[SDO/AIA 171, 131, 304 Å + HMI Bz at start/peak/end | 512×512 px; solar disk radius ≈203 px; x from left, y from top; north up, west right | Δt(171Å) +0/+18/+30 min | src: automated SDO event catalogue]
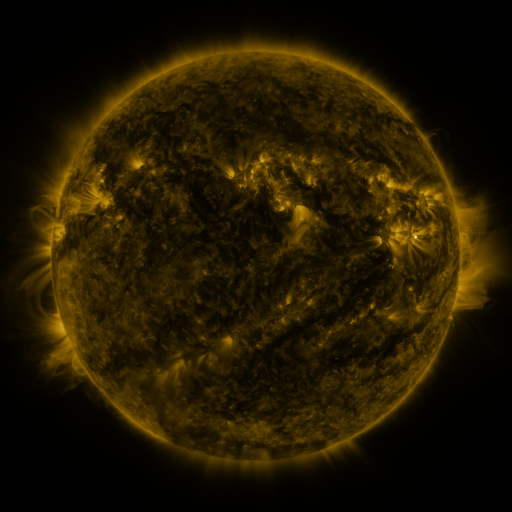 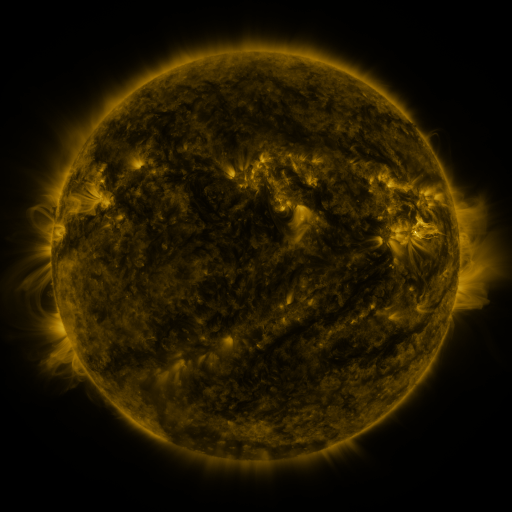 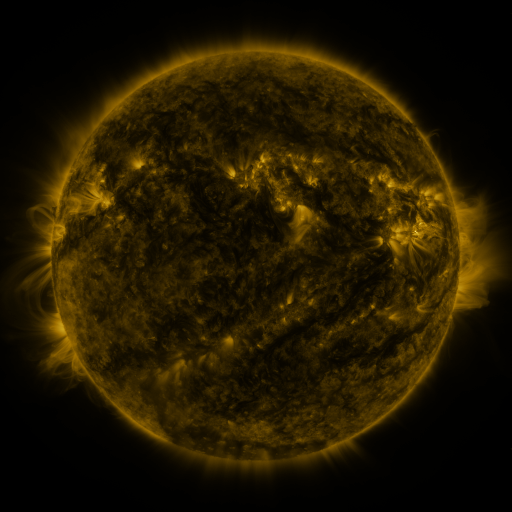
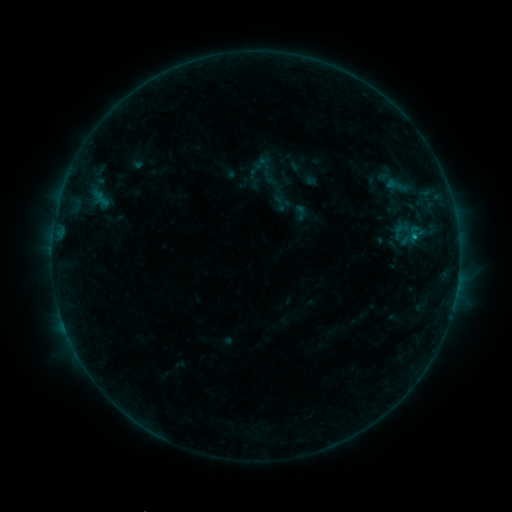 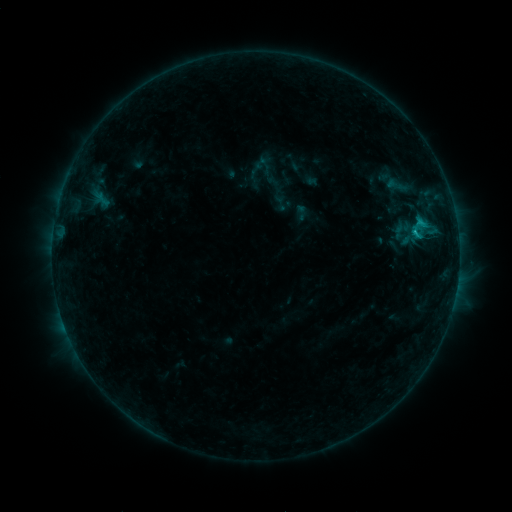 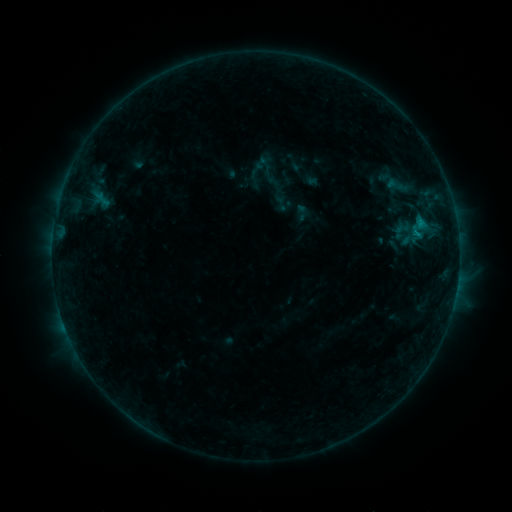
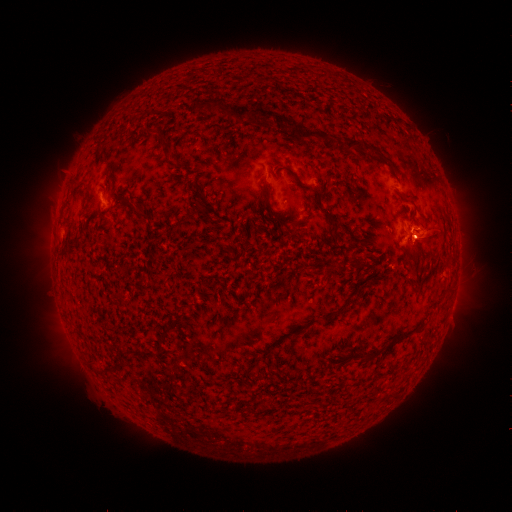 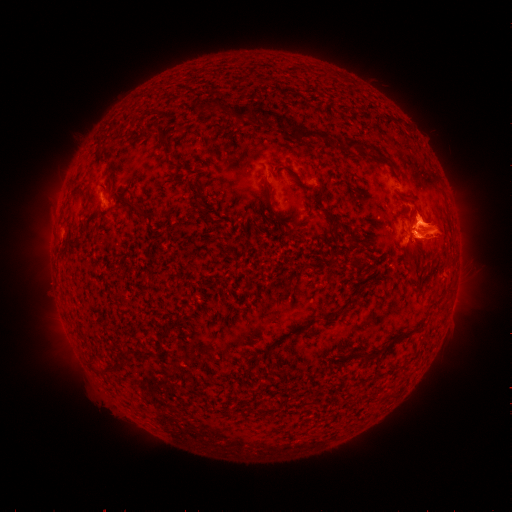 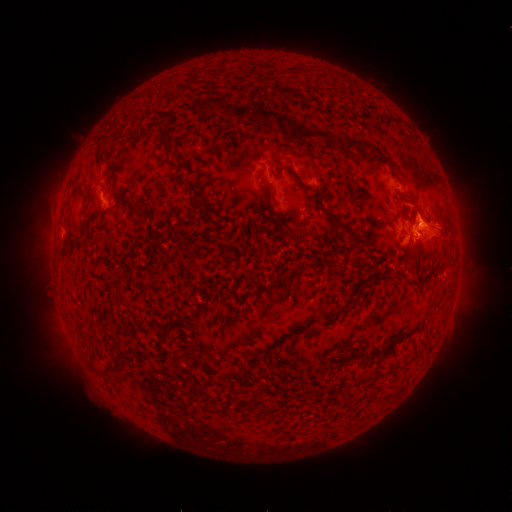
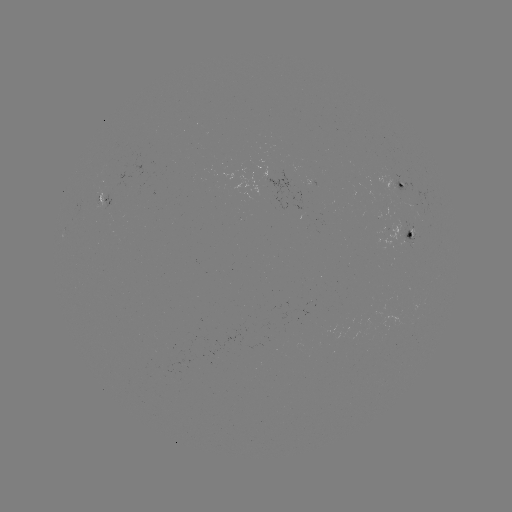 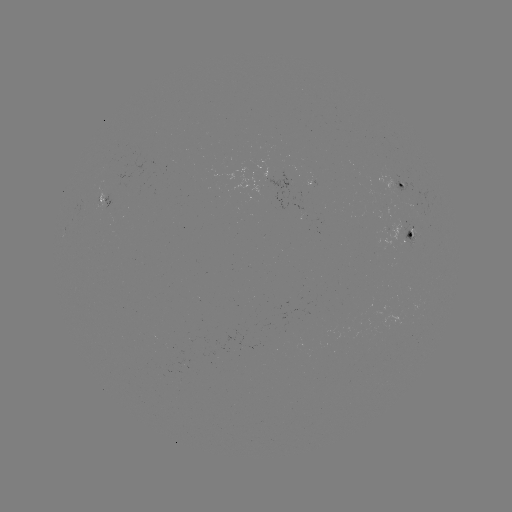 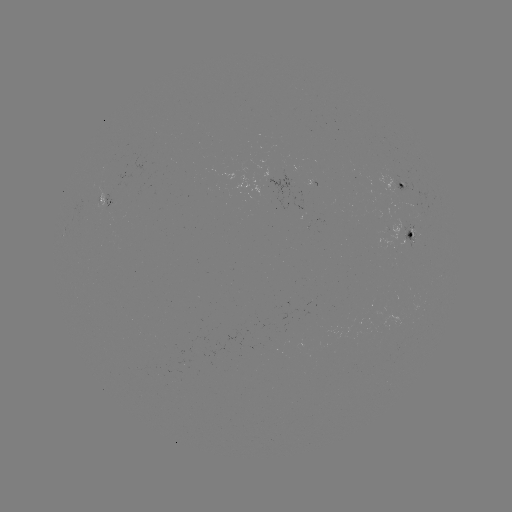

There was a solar eruption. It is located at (434, 230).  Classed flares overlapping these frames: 1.